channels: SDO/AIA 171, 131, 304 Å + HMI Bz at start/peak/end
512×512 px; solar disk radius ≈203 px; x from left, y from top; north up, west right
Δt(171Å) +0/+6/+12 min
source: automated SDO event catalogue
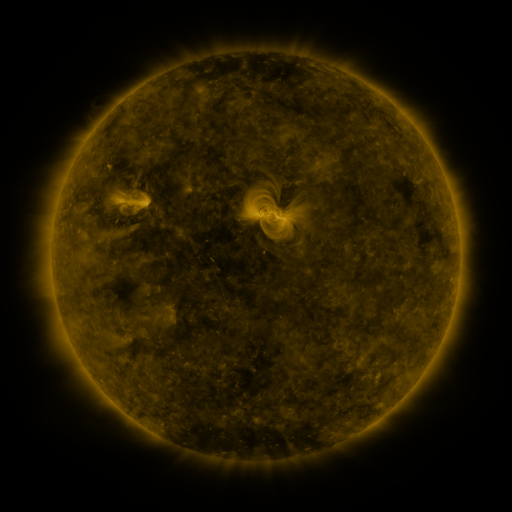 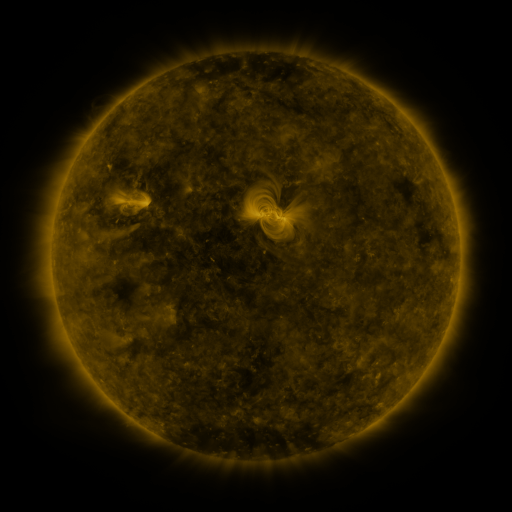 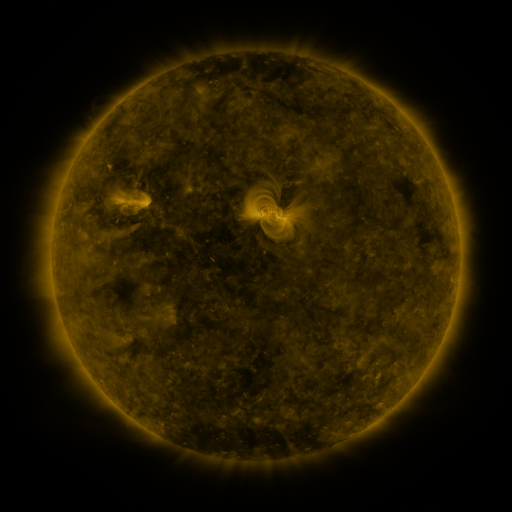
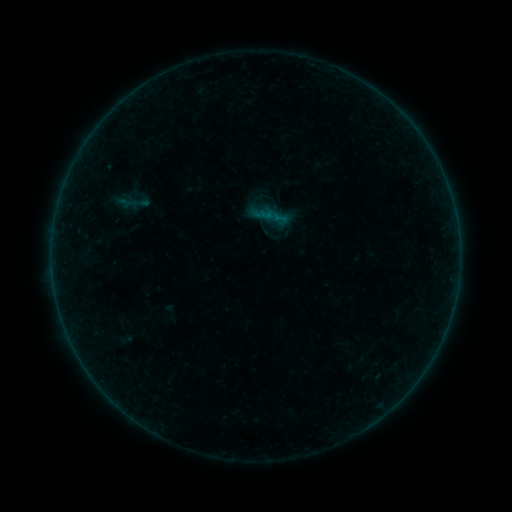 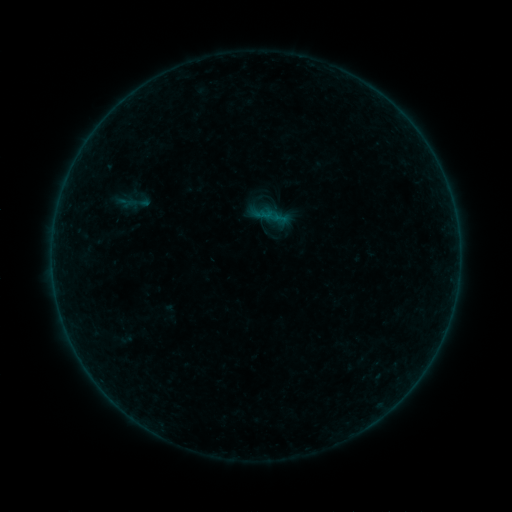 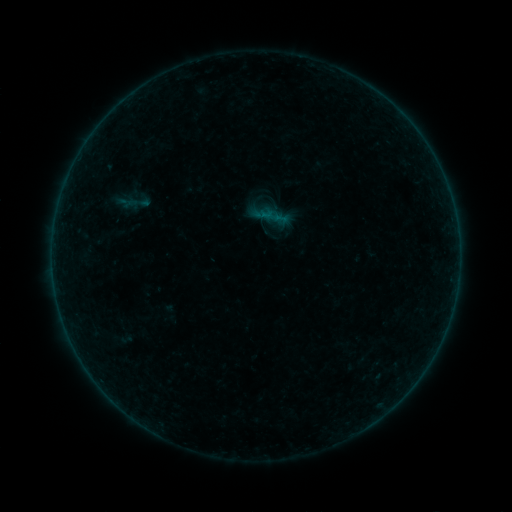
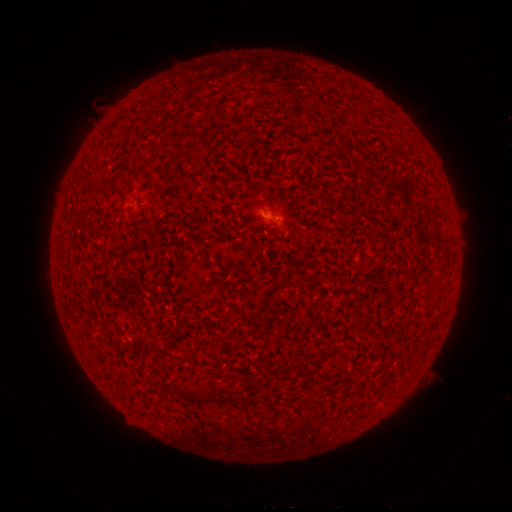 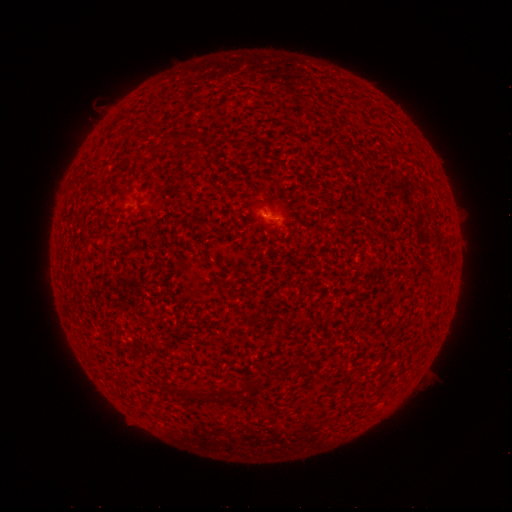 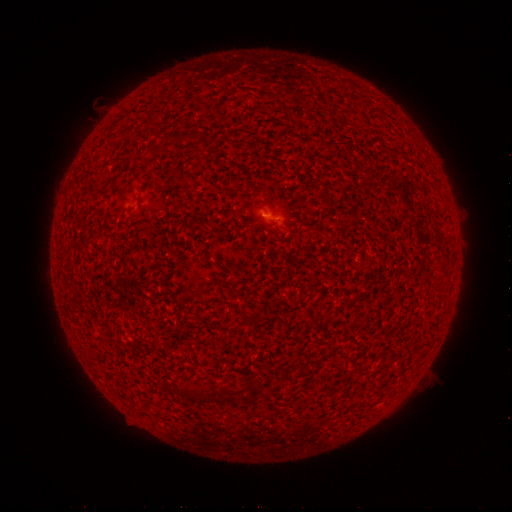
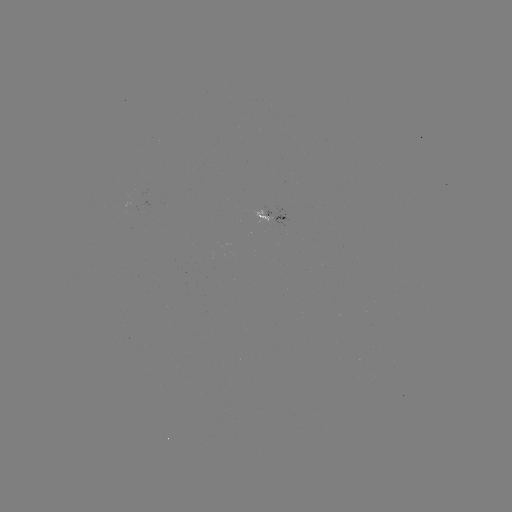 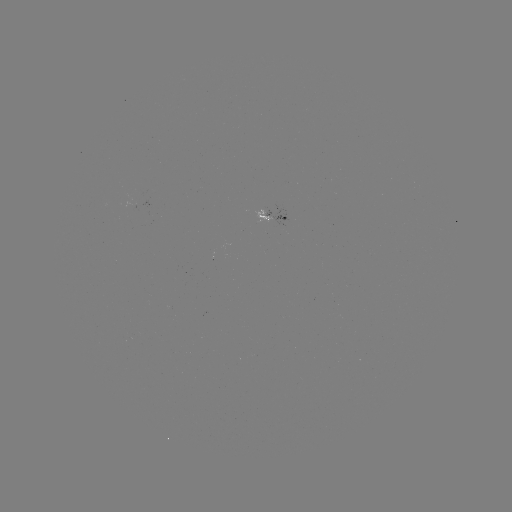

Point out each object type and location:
A4.9 flare: (263, 215)
